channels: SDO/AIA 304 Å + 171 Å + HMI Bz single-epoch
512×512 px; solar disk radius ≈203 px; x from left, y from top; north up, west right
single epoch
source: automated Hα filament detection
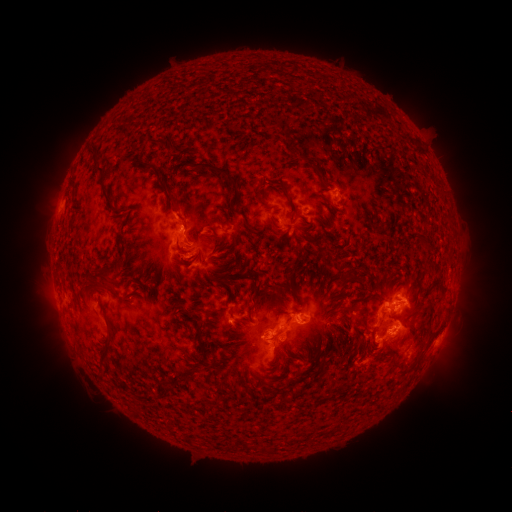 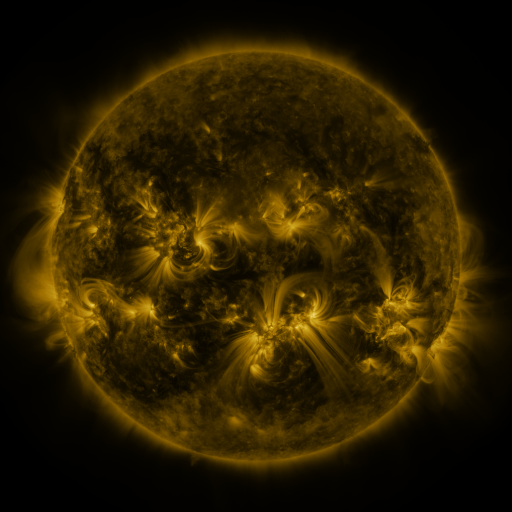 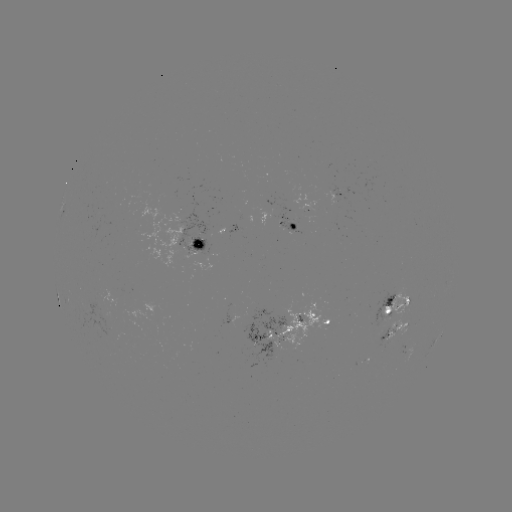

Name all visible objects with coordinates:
filament: (156, 141)
filament: (98, 167)
filament: (221, 171)
filament: (285, 188)
filament: (260, 190)
filament: (167, 193)
filament: (105, 194)
filament: (238, 212)
filament: (215, 236)
filament: (105, 275)
filament: (343, 285)
filament: (436, 285)
filament: (255, 303)
filament: (355, 308)
filament: (231, 313)
filament: (200, 343)
filament: (106, 346)
filament: (103, 371)
